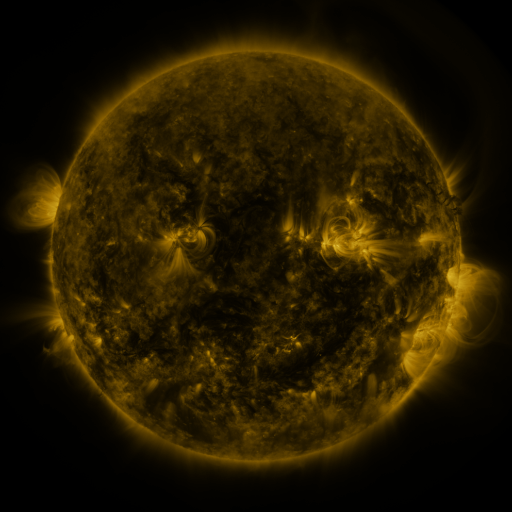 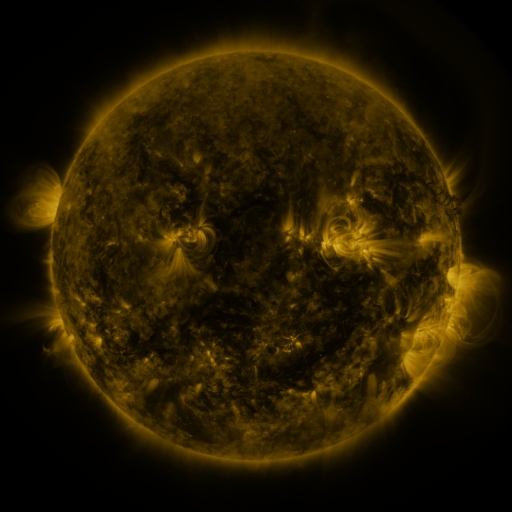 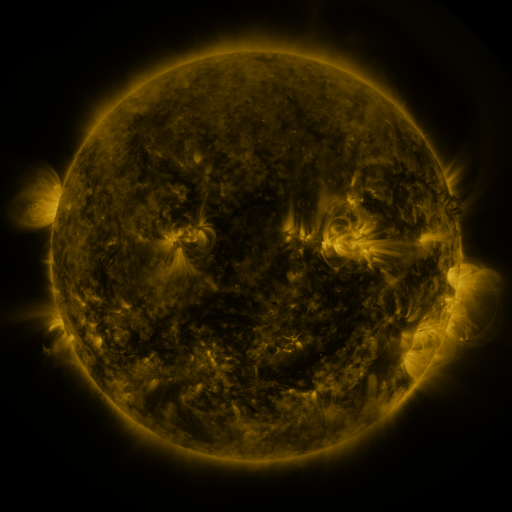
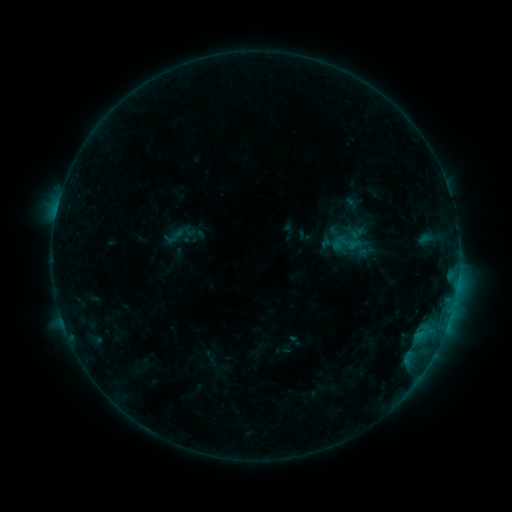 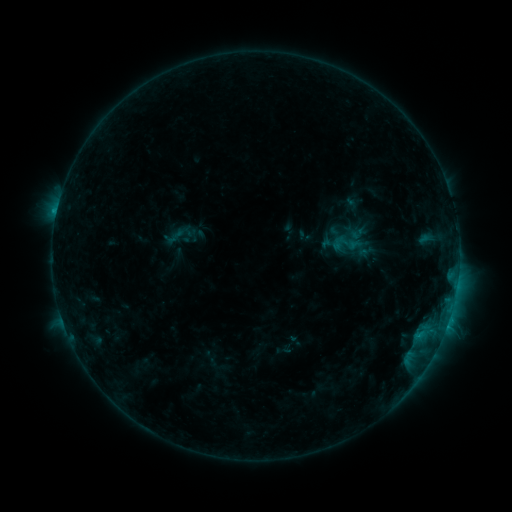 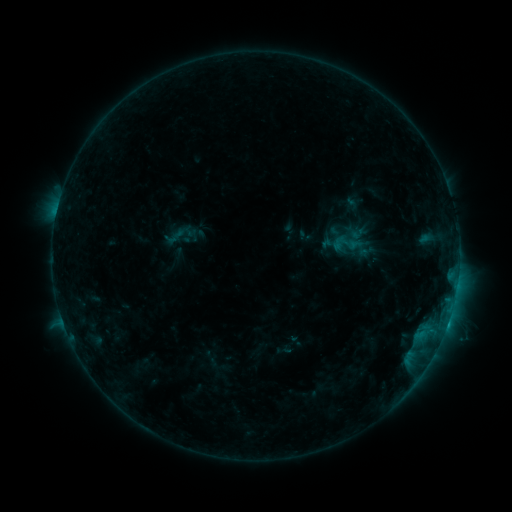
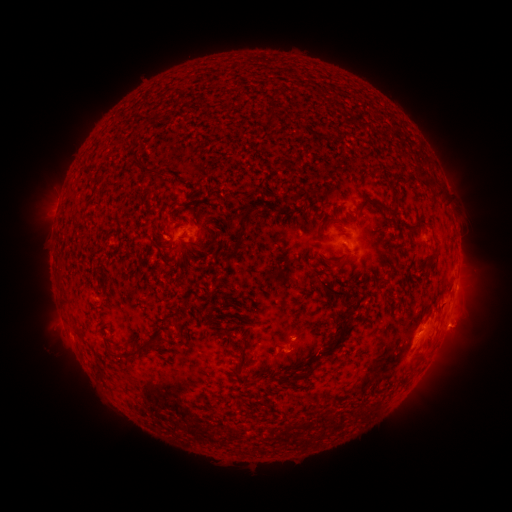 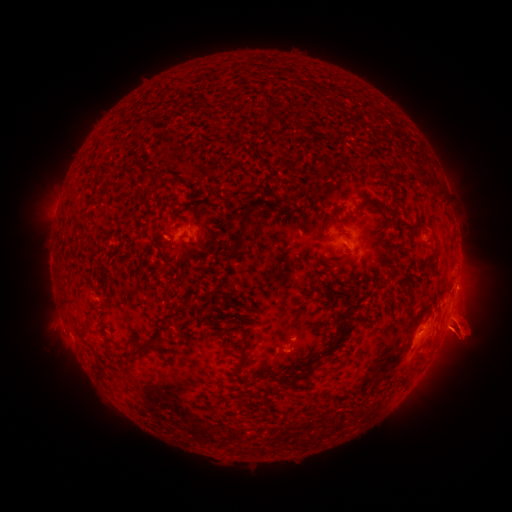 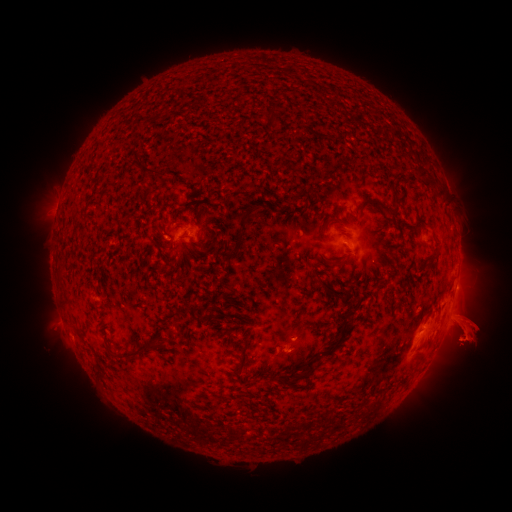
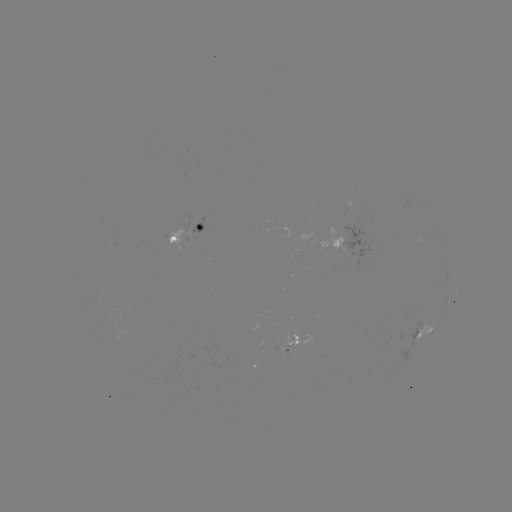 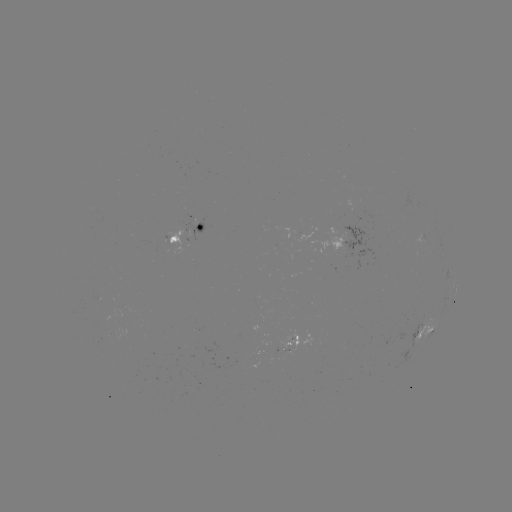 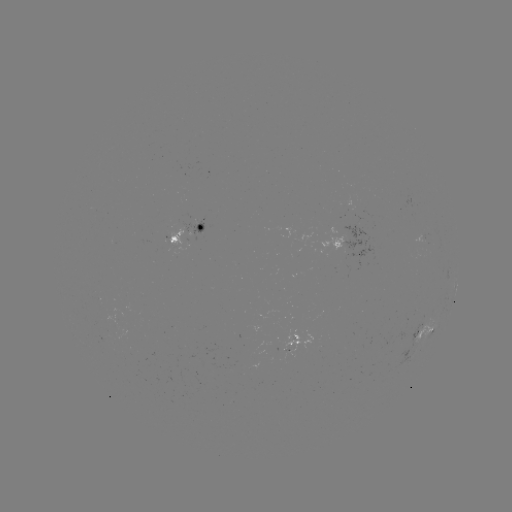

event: eruption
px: (464, 330)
